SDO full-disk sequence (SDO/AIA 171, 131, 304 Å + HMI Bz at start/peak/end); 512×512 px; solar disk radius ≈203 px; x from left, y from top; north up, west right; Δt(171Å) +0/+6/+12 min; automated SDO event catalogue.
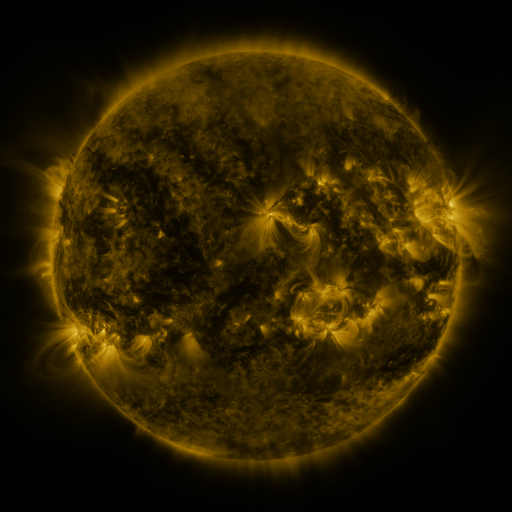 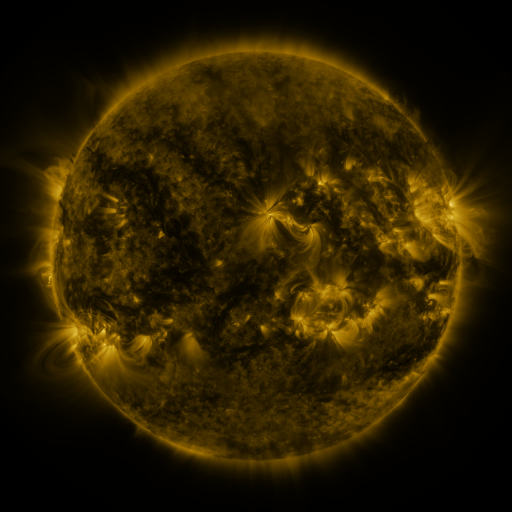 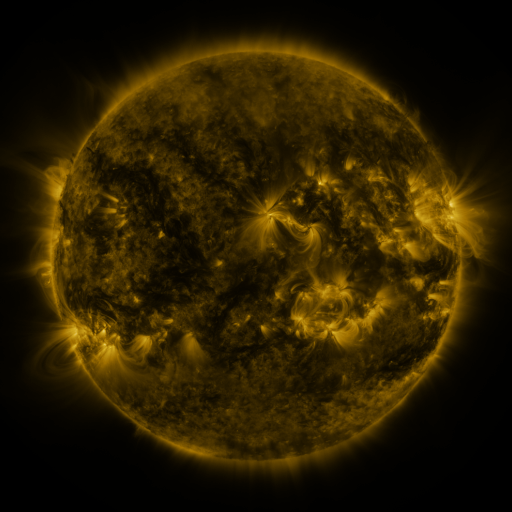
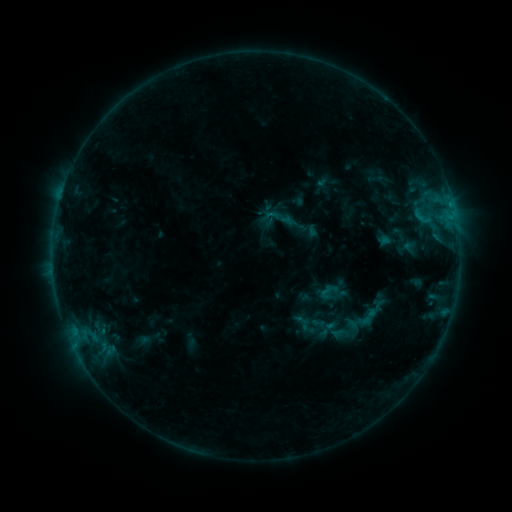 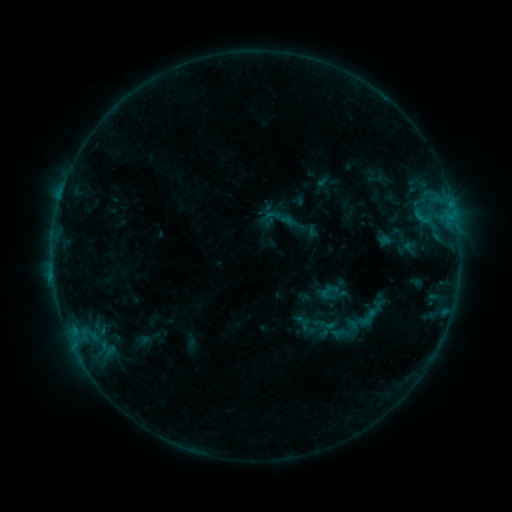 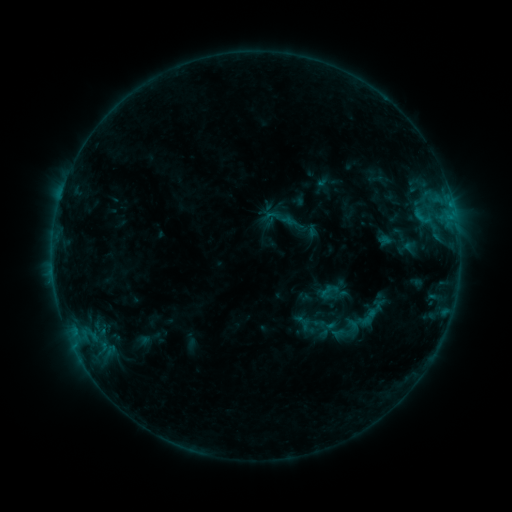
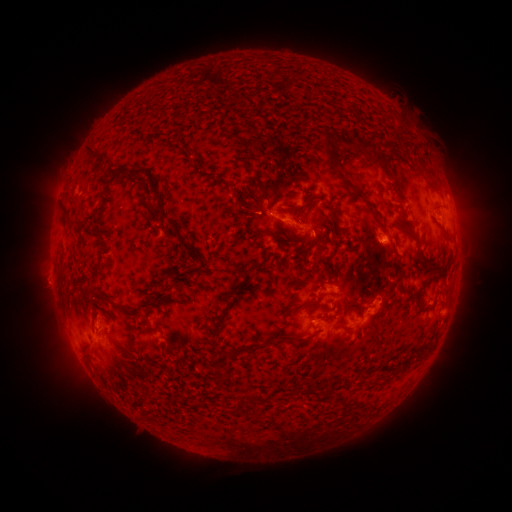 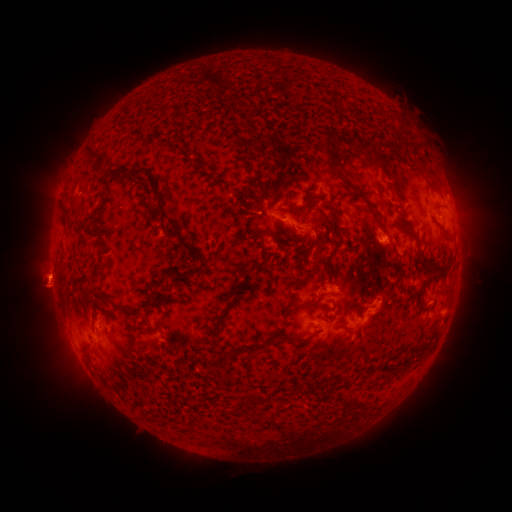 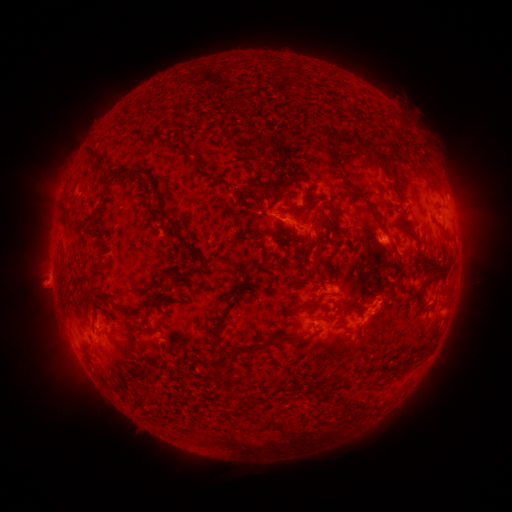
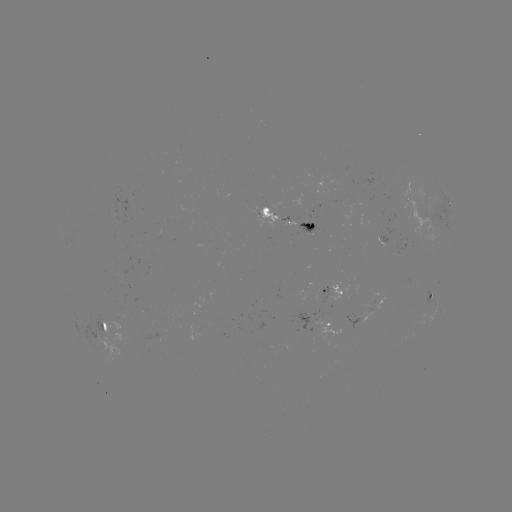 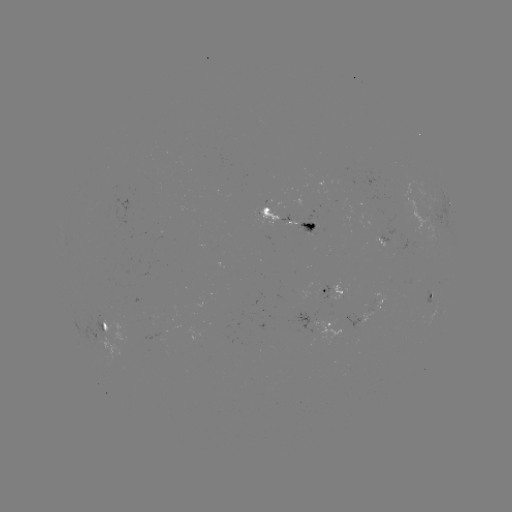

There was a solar eruption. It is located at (50, 275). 